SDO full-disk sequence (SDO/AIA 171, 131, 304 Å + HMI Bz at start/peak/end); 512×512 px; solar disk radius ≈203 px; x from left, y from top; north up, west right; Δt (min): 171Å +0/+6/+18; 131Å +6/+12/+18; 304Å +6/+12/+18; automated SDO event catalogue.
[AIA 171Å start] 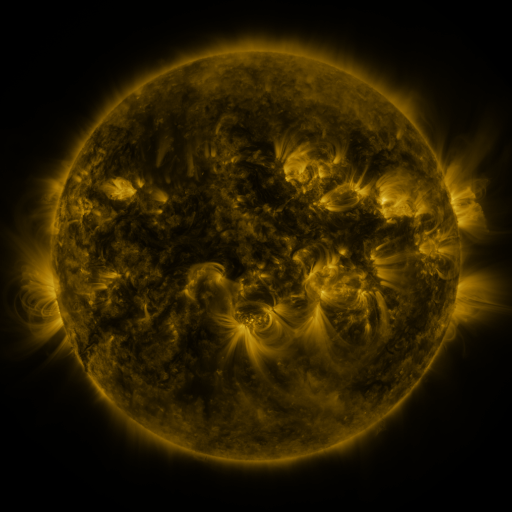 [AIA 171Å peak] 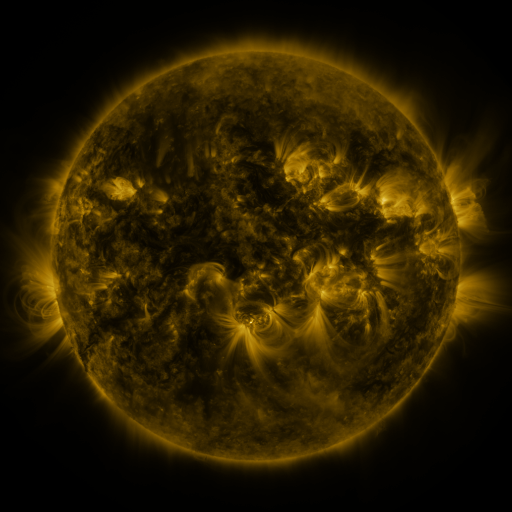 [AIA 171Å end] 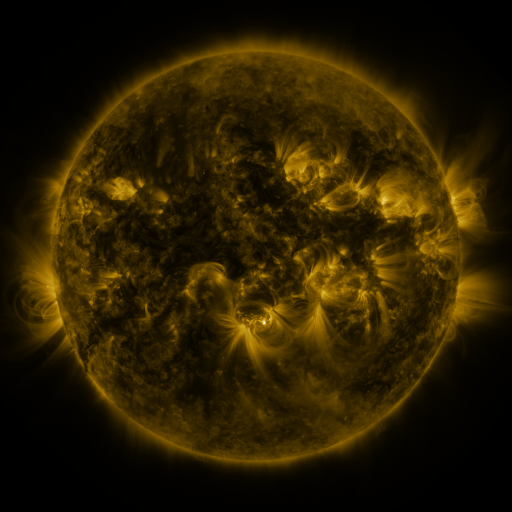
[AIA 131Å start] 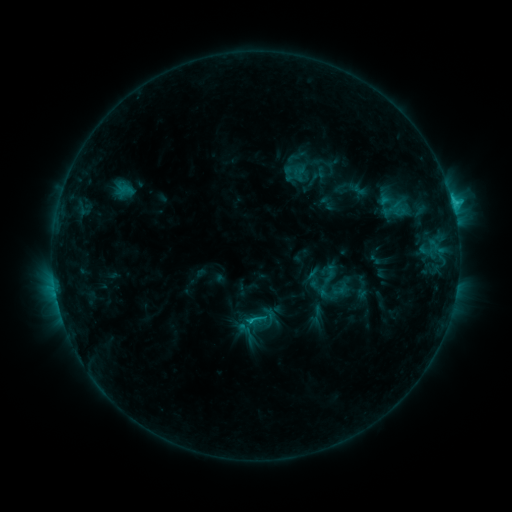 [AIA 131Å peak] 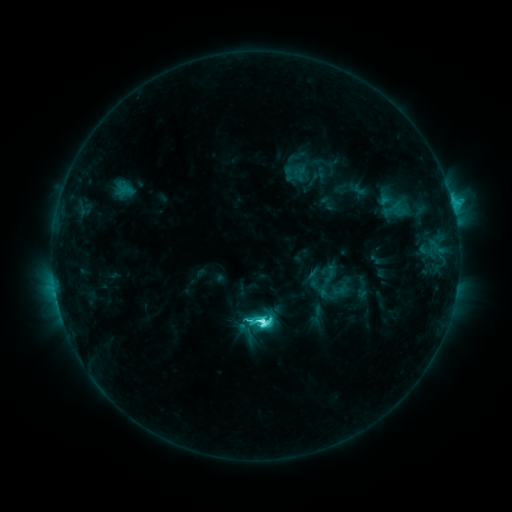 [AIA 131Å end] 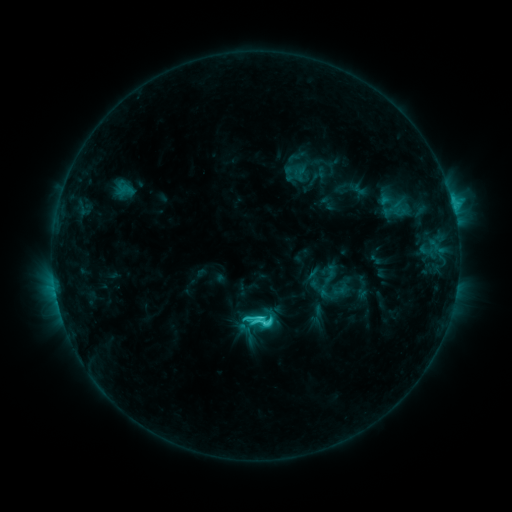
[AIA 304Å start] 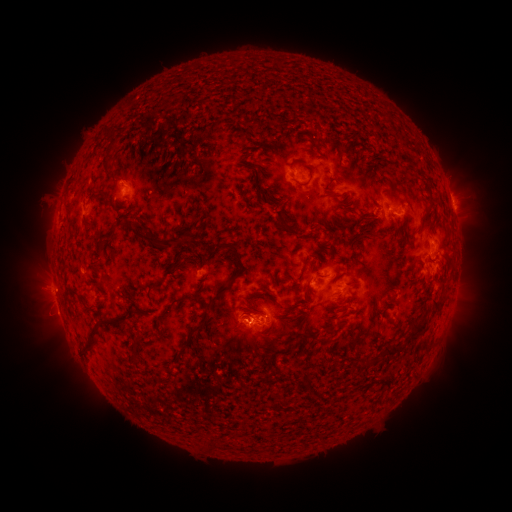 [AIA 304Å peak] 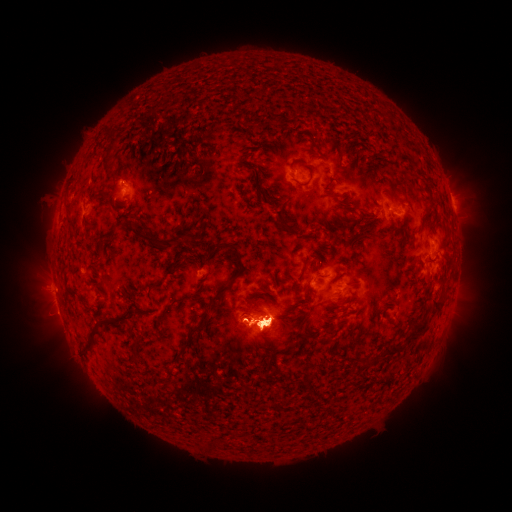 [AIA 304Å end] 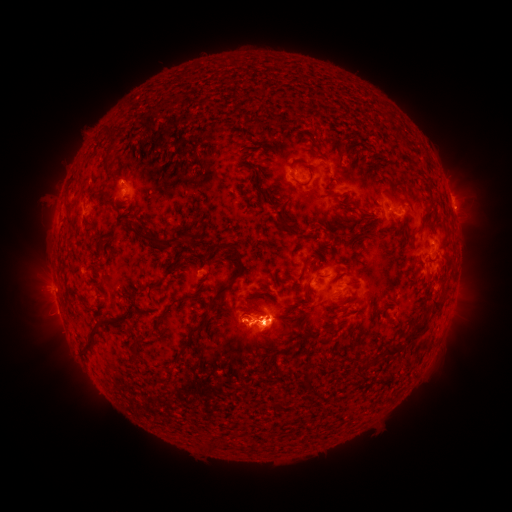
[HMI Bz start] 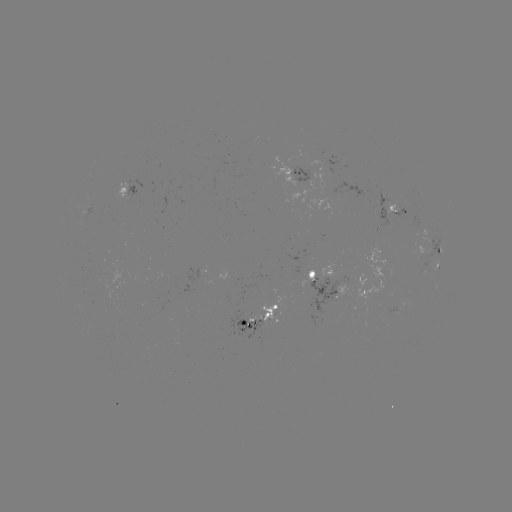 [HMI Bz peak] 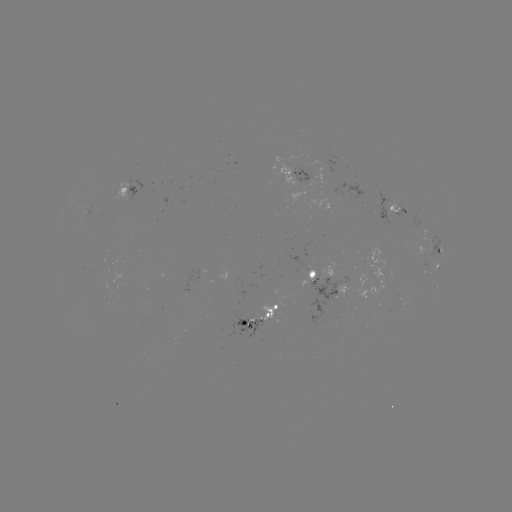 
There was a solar flare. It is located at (262, 321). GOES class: C8.3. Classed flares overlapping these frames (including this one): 1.